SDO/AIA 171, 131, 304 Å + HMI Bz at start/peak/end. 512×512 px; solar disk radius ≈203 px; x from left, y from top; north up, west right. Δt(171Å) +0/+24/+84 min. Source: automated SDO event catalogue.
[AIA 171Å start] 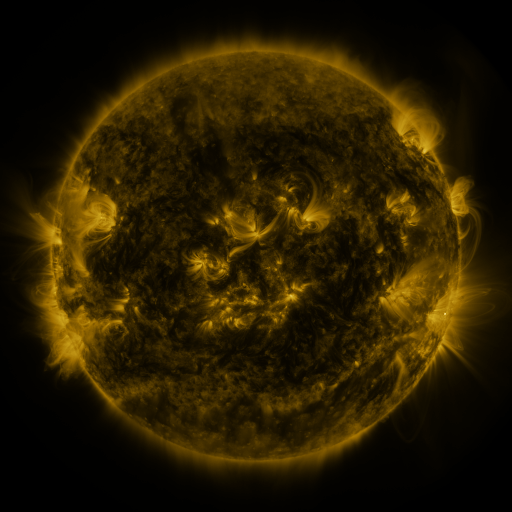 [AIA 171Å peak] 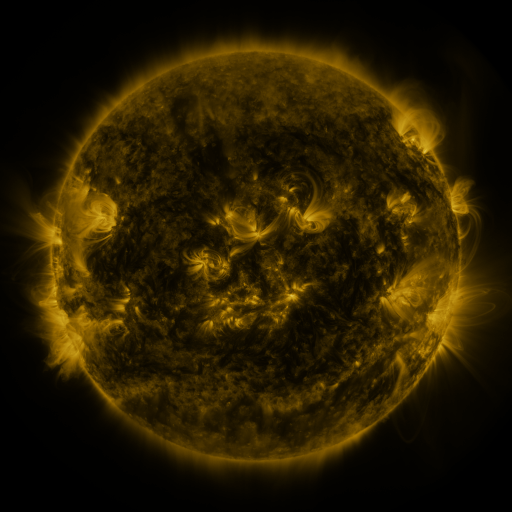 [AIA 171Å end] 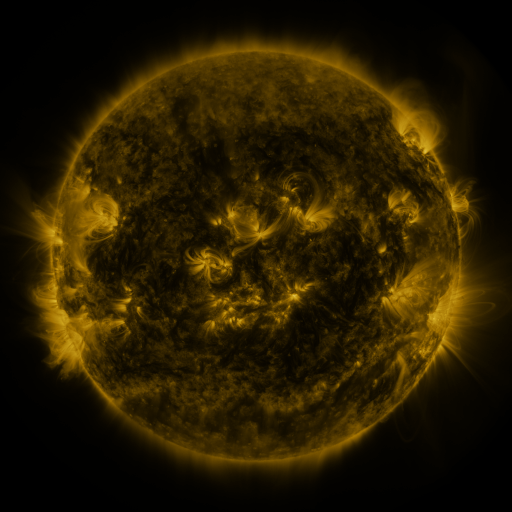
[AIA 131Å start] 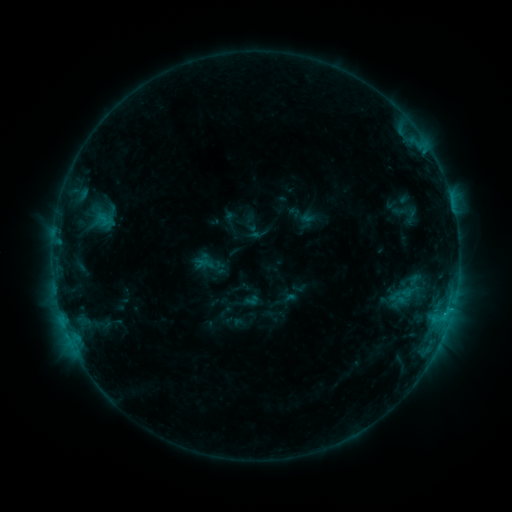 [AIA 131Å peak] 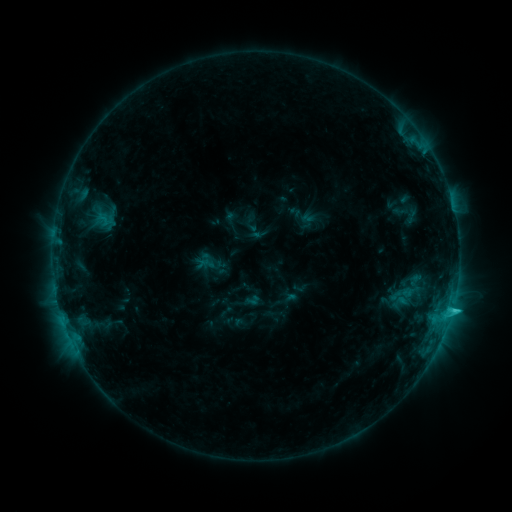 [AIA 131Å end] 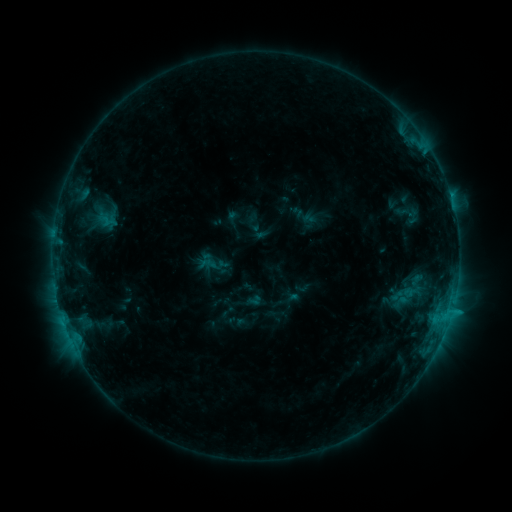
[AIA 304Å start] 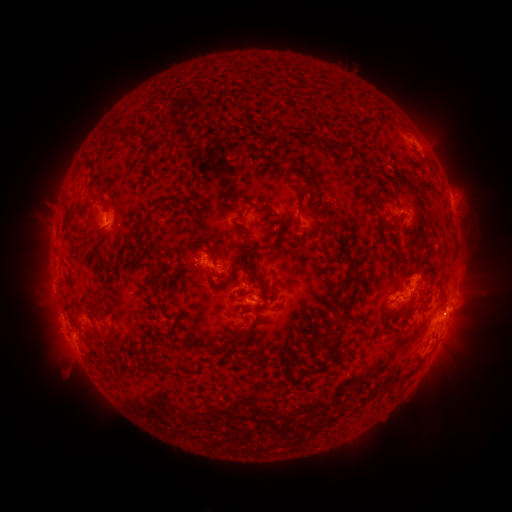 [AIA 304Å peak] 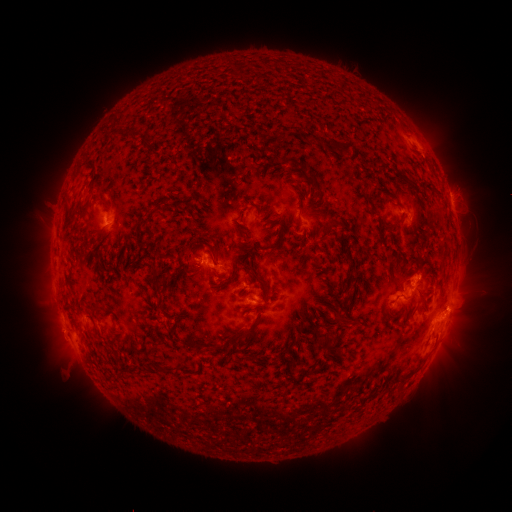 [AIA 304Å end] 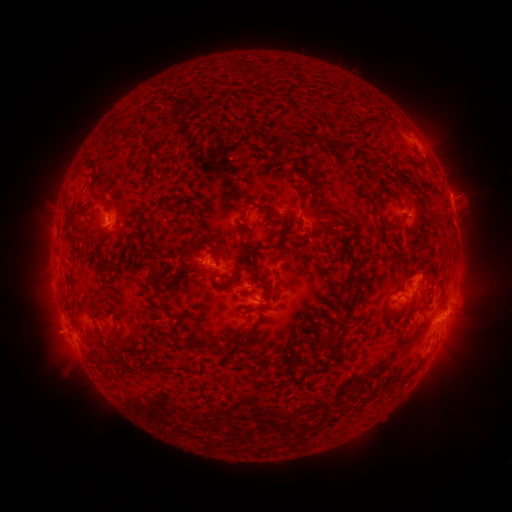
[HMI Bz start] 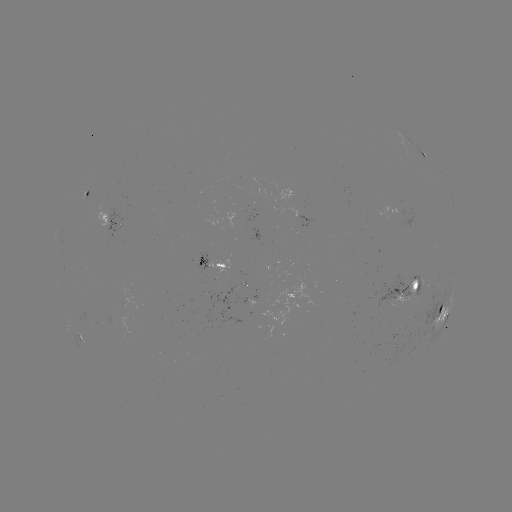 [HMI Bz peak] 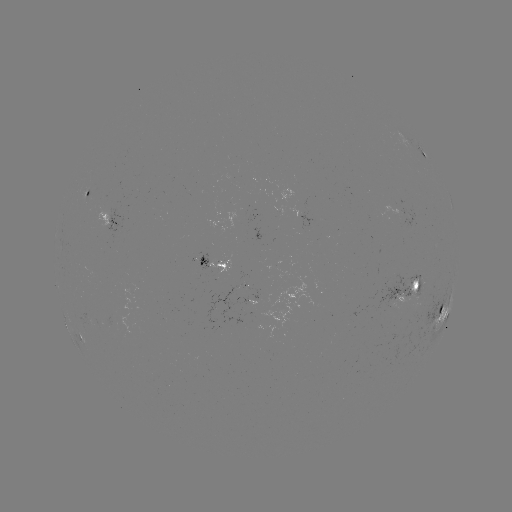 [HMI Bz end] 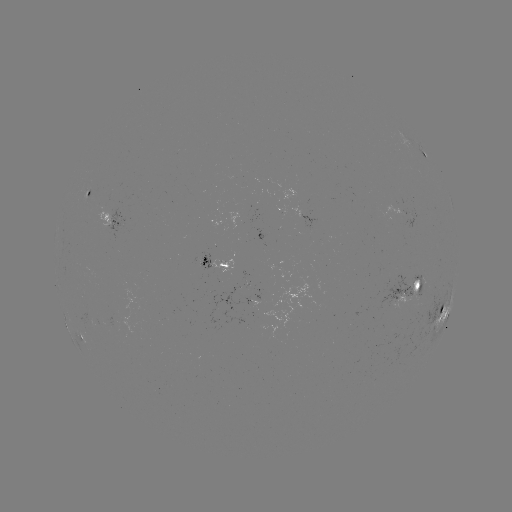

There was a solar flare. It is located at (452, 308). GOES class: C2.1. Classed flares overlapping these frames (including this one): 1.